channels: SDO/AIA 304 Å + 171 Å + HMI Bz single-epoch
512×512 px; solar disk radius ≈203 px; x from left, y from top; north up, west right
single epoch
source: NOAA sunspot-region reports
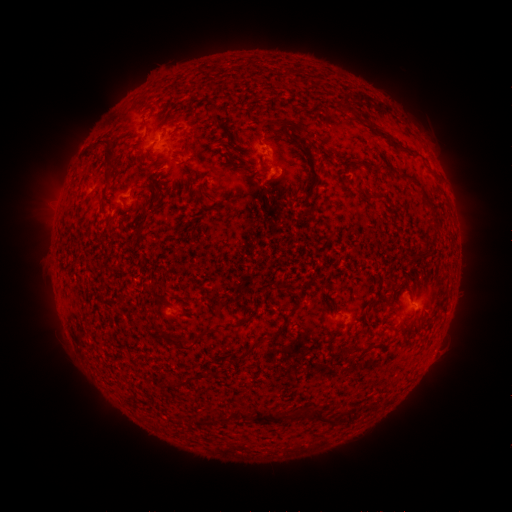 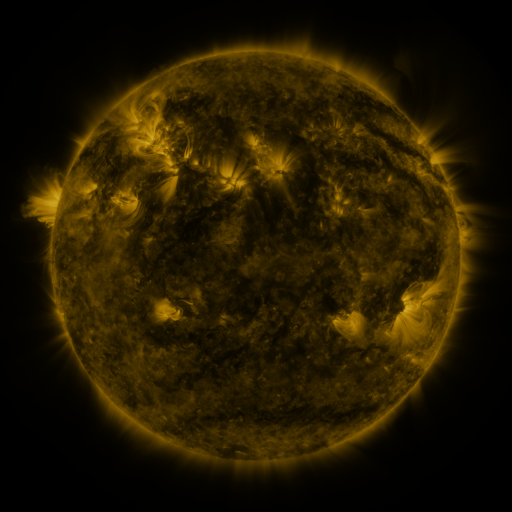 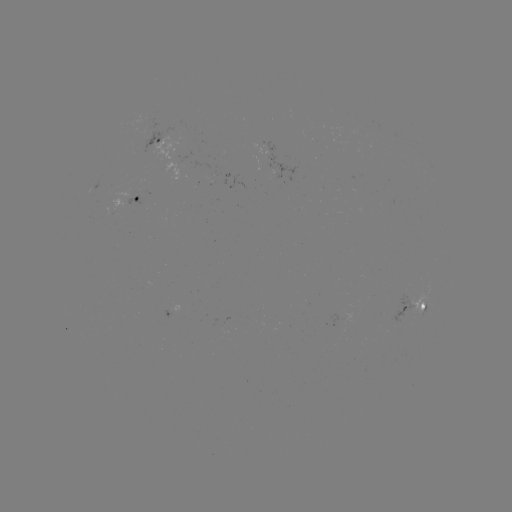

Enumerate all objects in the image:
spotted active region: (169, 139)
spotted active region: (138, 198)
spotted active region: (413, 308)
